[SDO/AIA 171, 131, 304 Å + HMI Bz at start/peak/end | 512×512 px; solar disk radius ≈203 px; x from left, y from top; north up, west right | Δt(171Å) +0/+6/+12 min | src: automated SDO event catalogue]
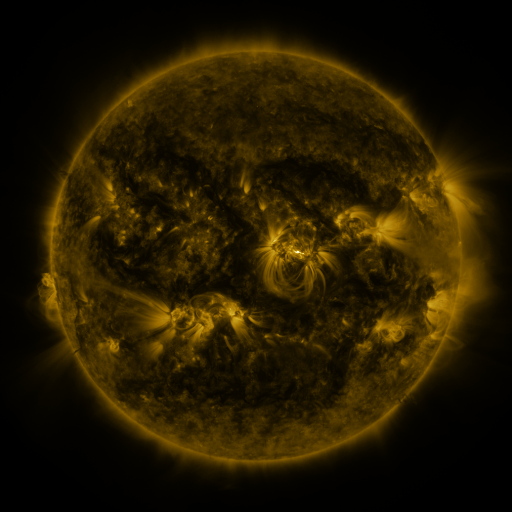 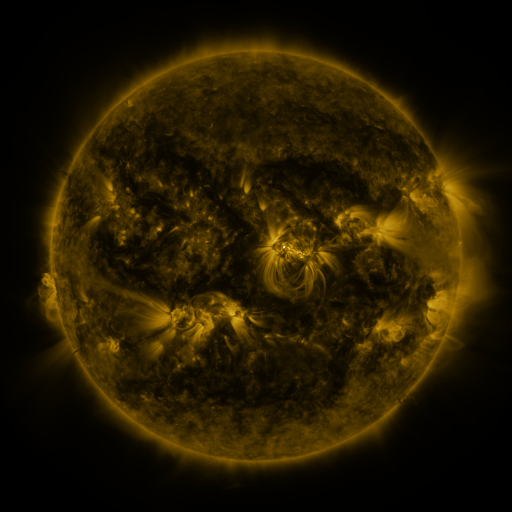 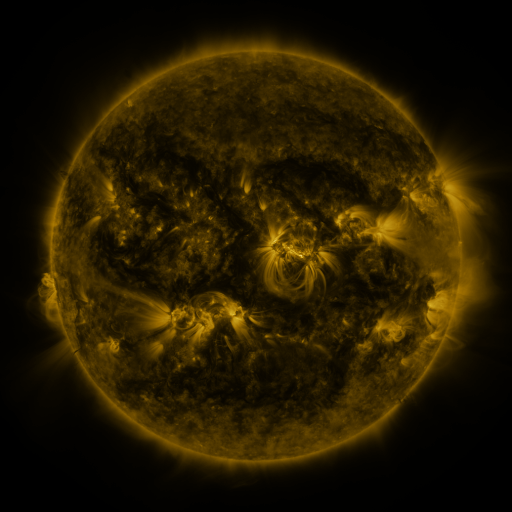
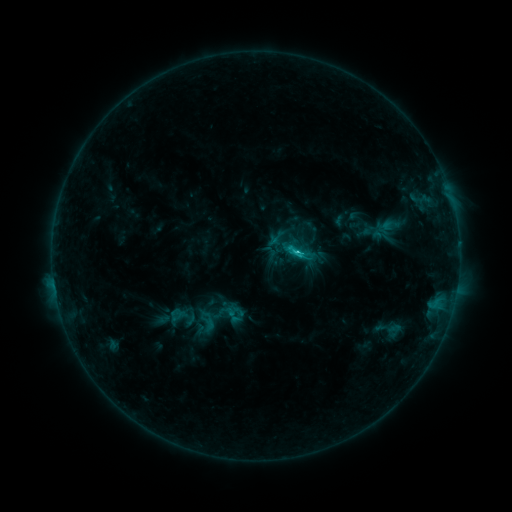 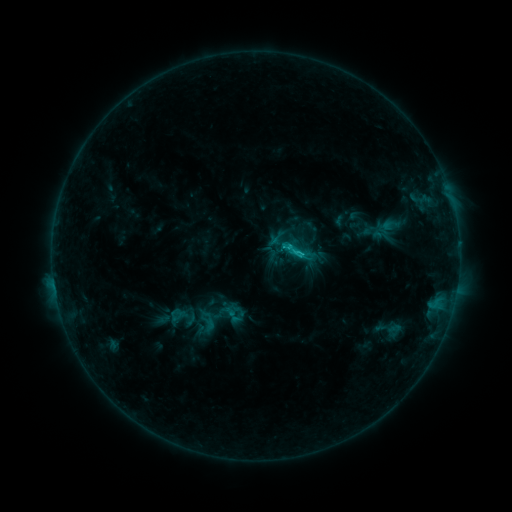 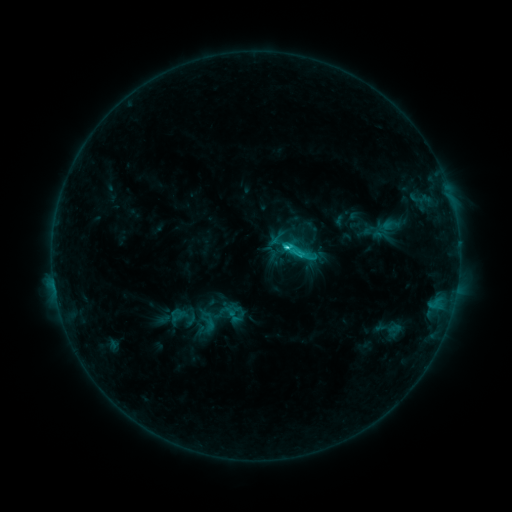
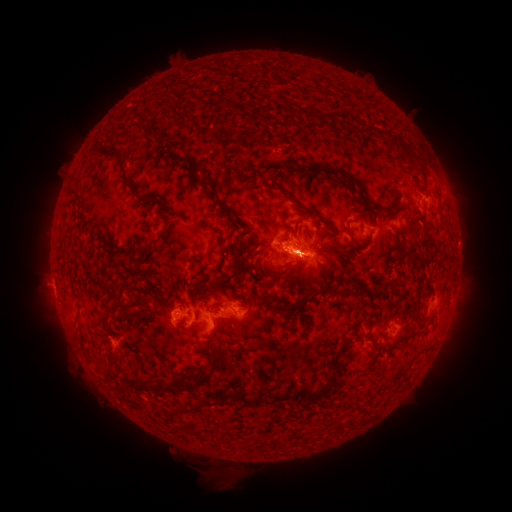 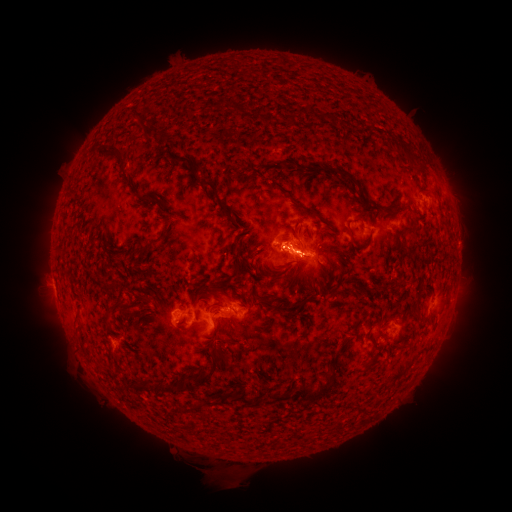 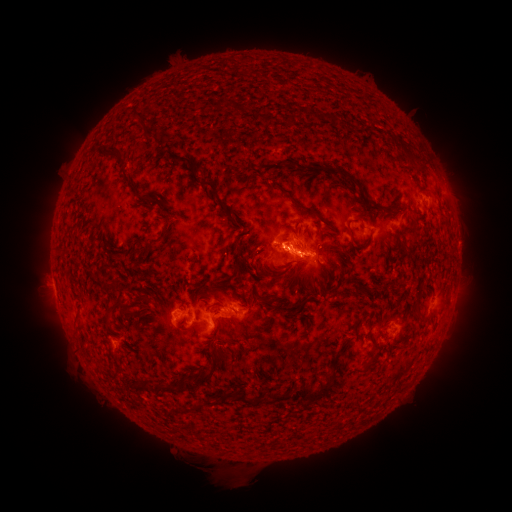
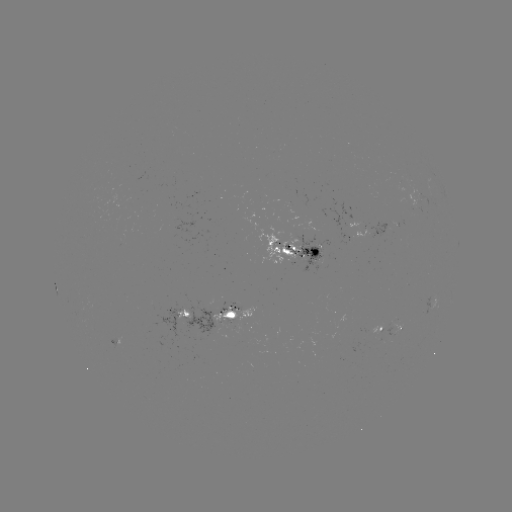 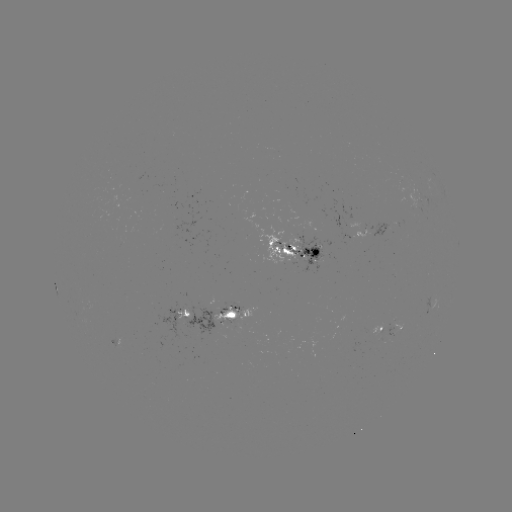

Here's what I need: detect C3.0 flare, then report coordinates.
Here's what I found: C3.0 flare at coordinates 284,249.